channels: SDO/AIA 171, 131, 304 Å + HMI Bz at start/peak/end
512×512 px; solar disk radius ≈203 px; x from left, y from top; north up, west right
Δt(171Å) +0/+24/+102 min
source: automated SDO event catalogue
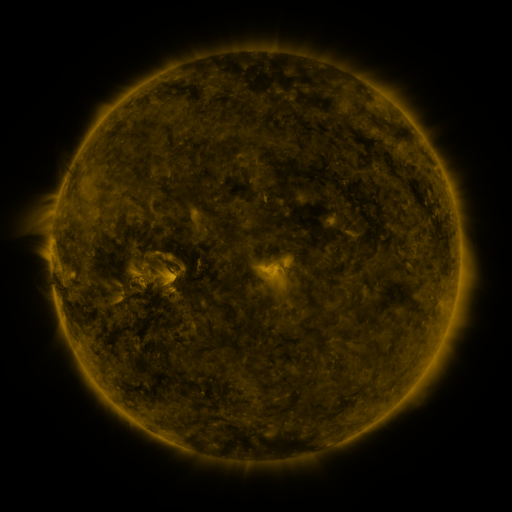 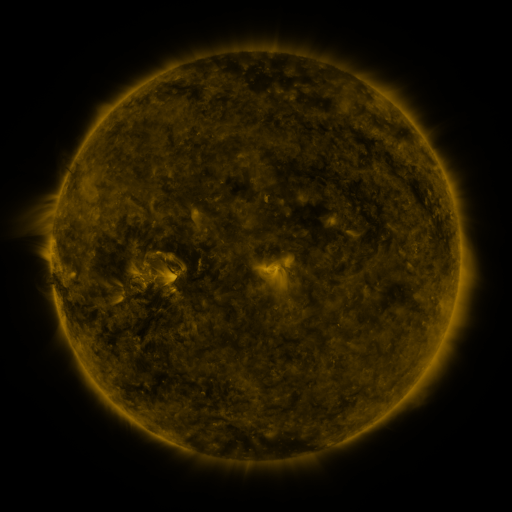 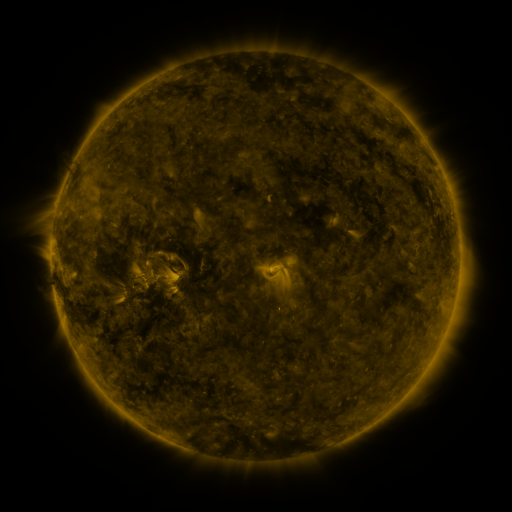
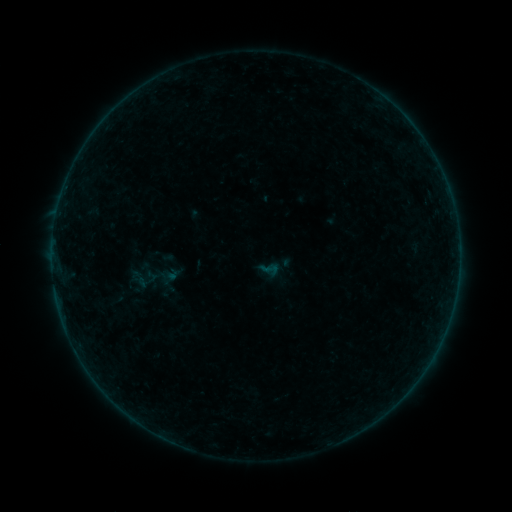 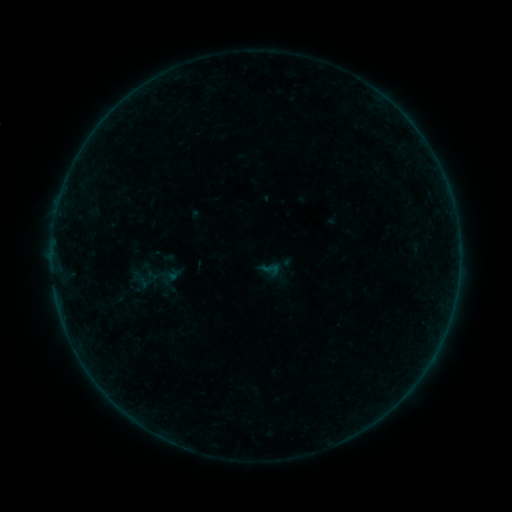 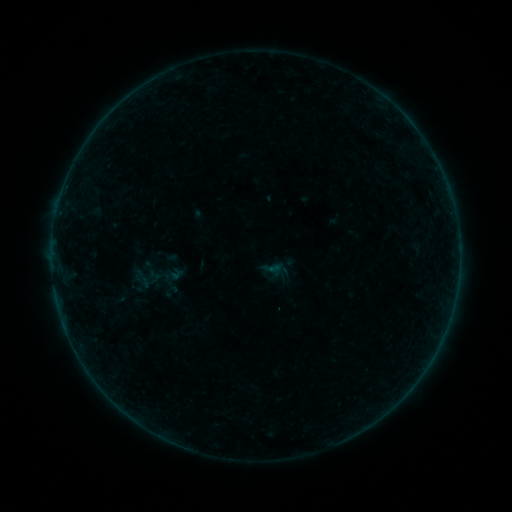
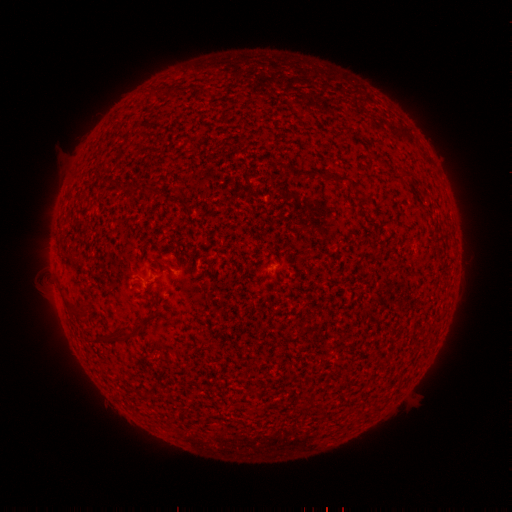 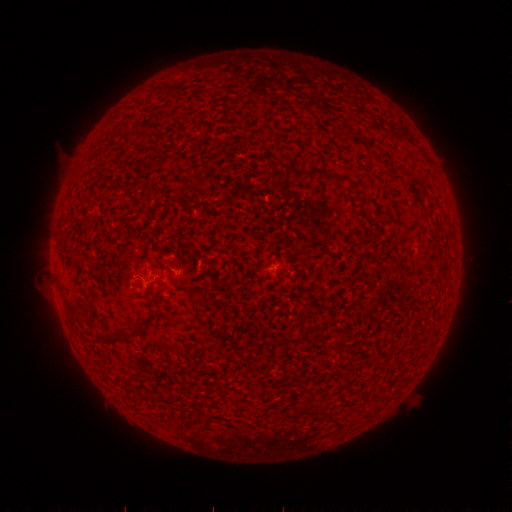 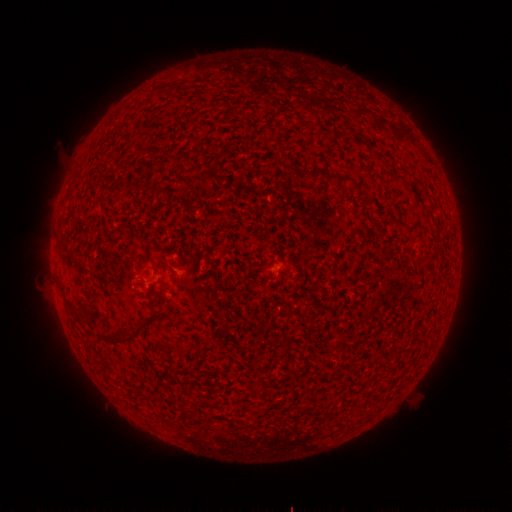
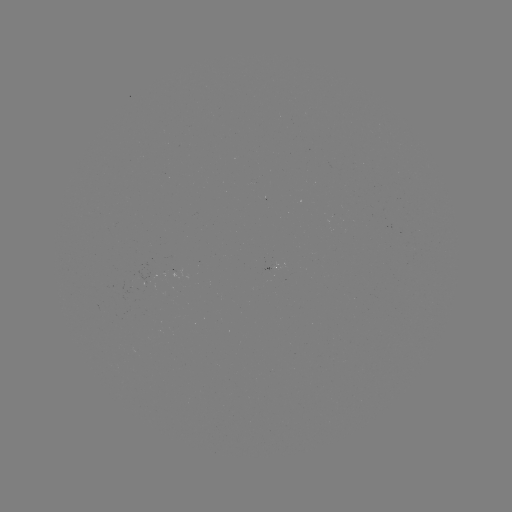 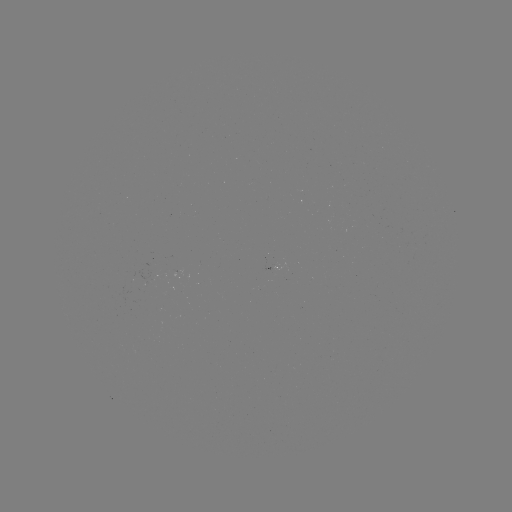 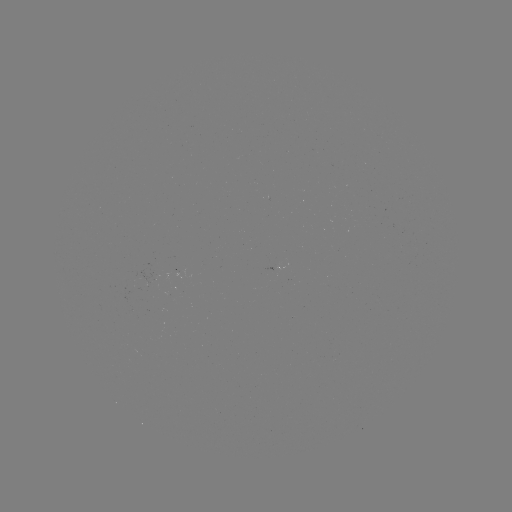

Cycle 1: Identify A8.5 flare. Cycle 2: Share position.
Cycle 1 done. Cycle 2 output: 58,206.